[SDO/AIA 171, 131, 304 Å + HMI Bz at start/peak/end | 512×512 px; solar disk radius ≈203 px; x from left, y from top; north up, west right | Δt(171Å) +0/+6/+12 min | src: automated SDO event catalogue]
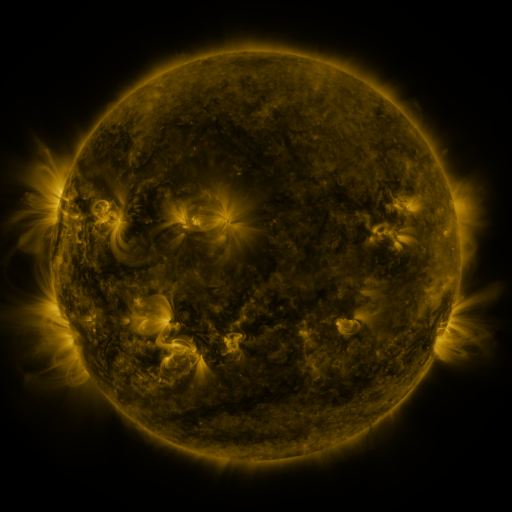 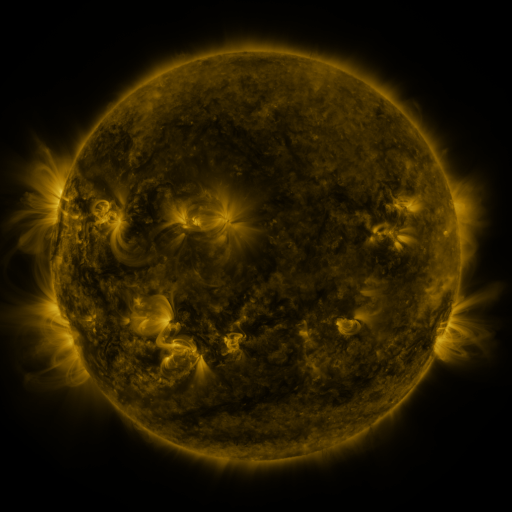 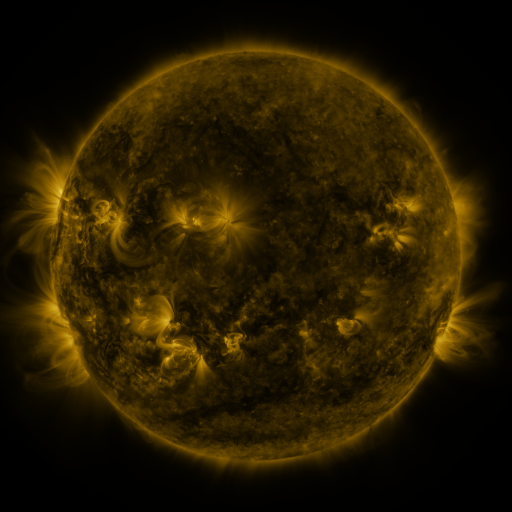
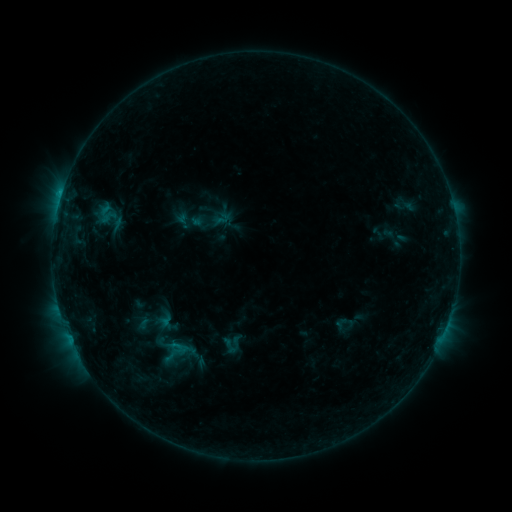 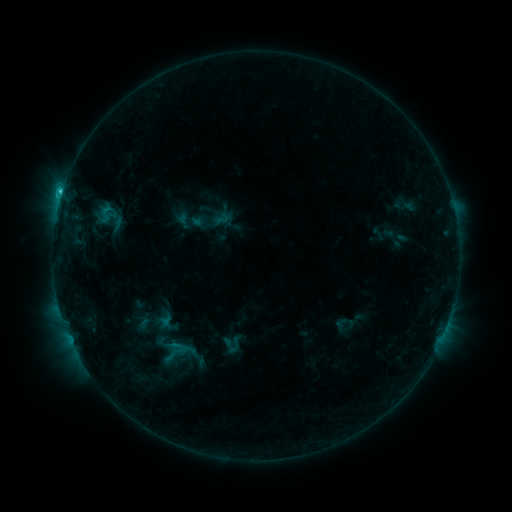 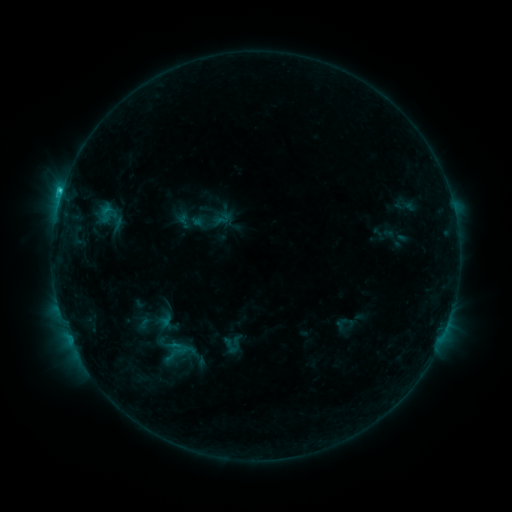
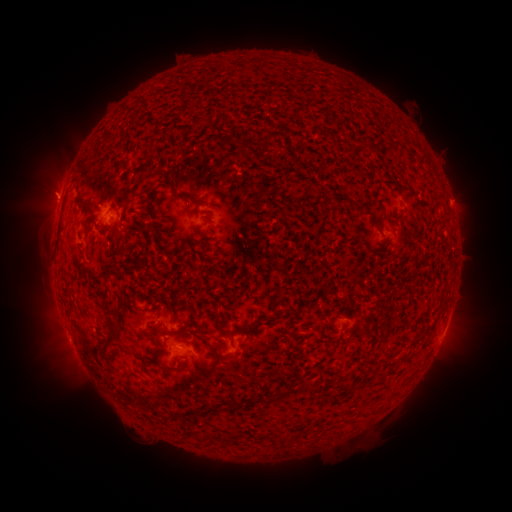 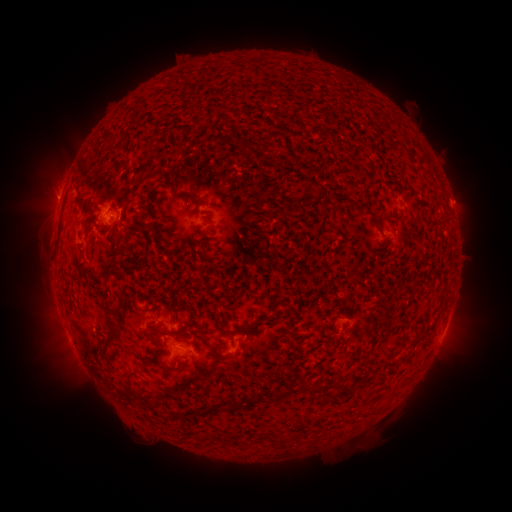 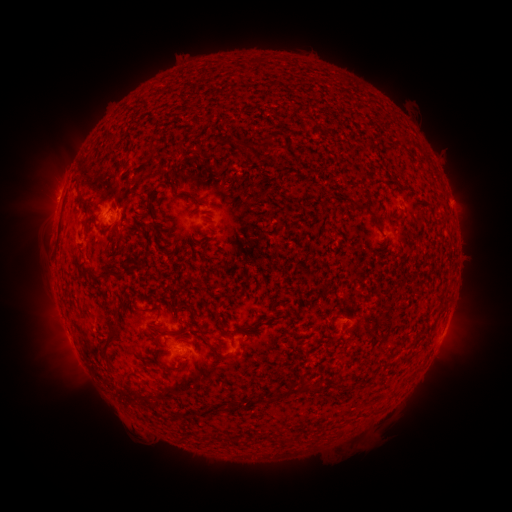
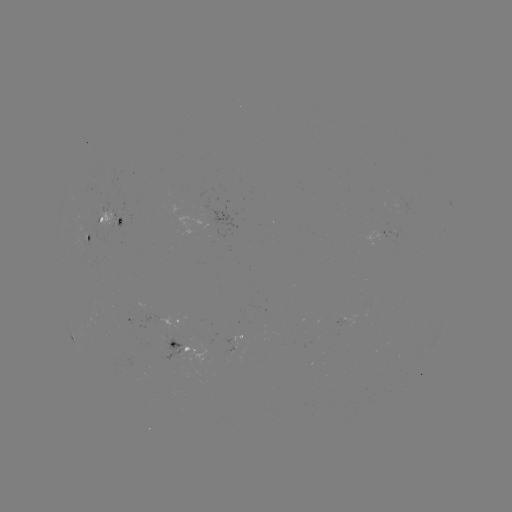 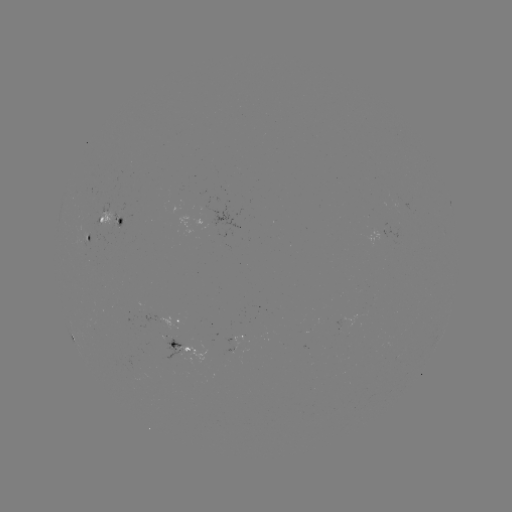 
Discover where C1.3 flare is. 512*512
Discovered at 62,193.